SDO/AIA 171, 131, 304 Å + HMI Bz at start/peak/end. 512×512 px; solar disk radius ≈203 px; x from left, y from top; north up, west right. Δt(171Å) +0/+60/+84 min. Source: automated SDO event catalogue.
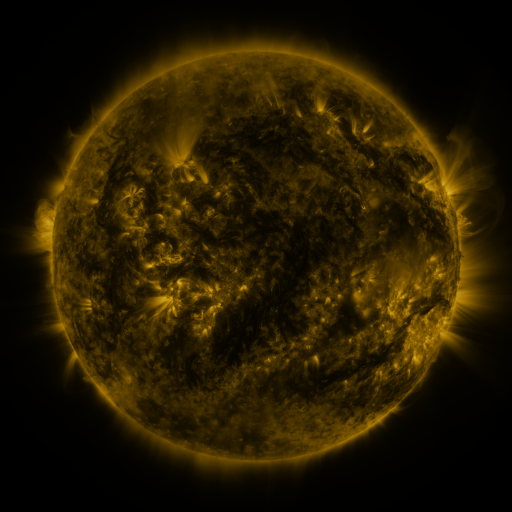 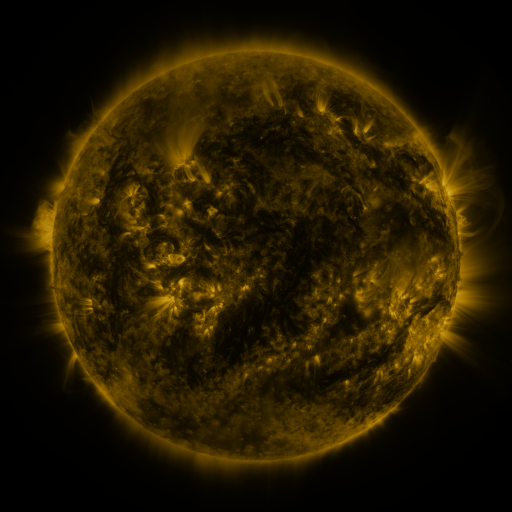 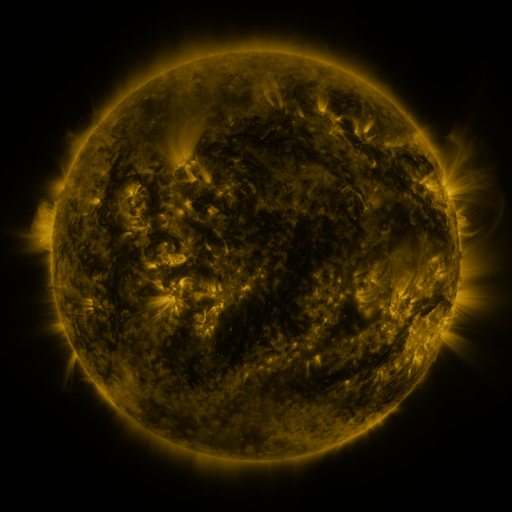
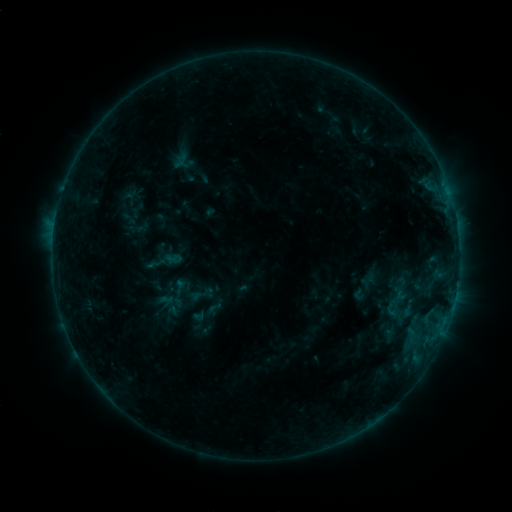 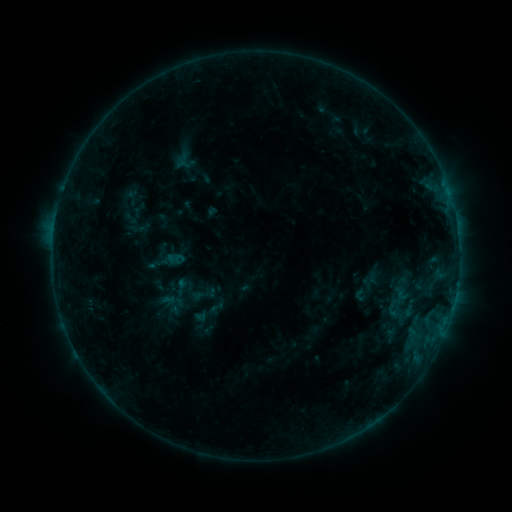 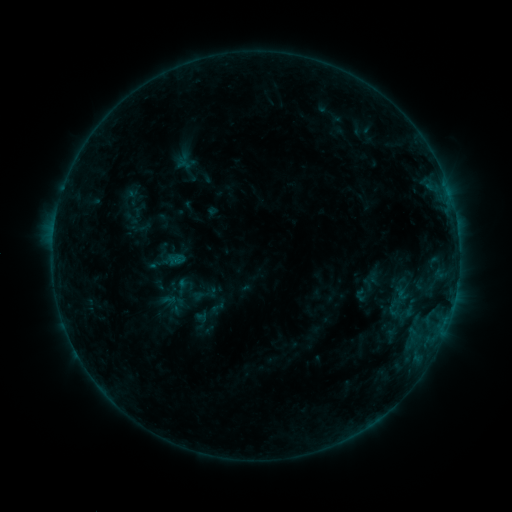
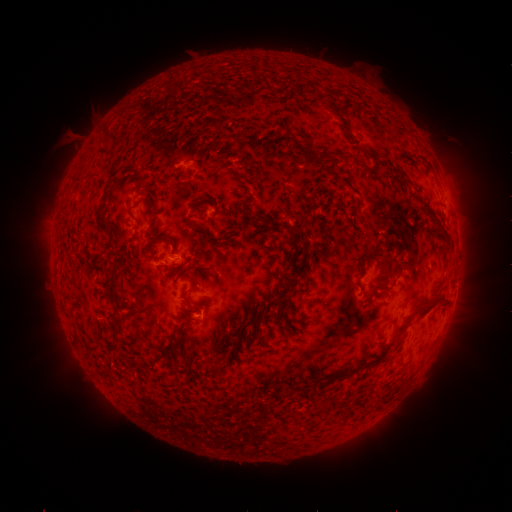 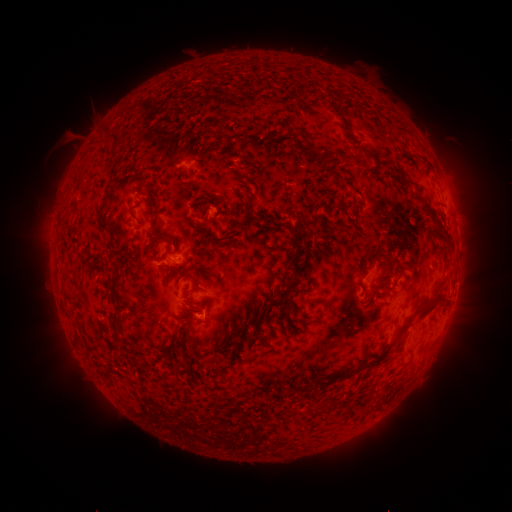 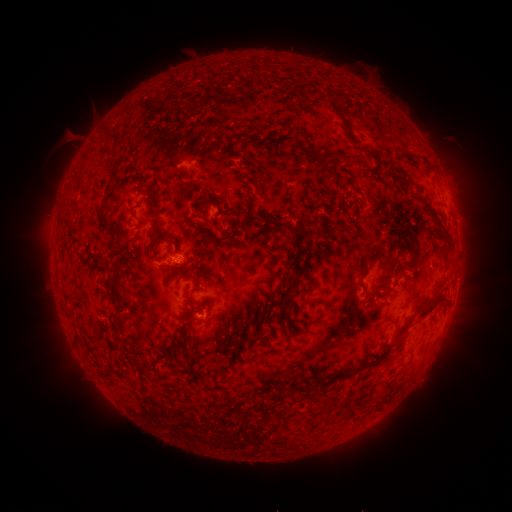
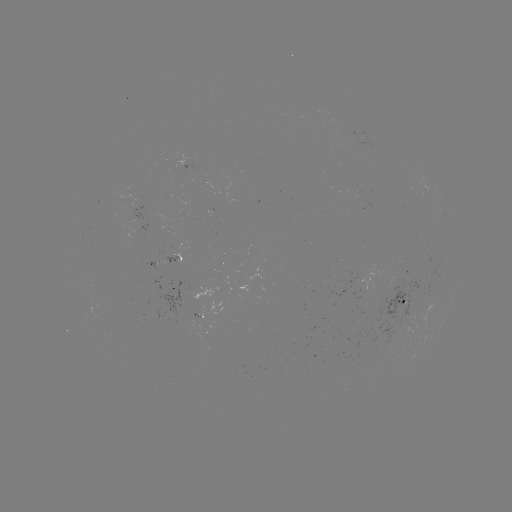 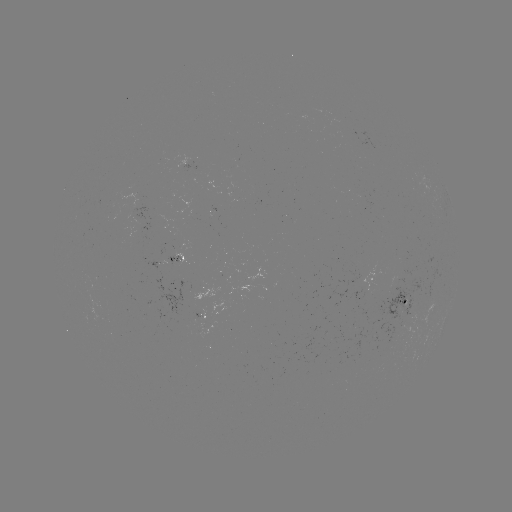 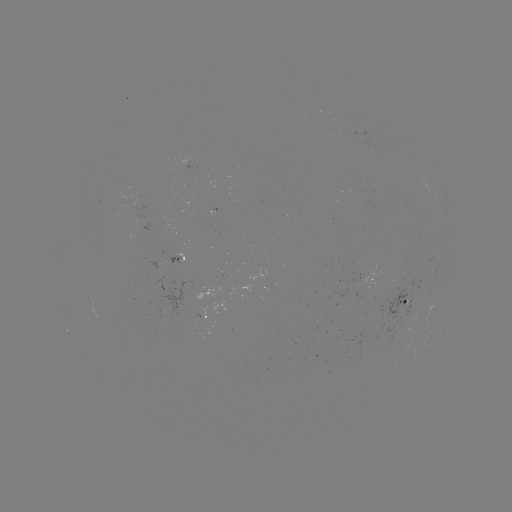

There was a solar emerging-flux region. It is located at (358, 280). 